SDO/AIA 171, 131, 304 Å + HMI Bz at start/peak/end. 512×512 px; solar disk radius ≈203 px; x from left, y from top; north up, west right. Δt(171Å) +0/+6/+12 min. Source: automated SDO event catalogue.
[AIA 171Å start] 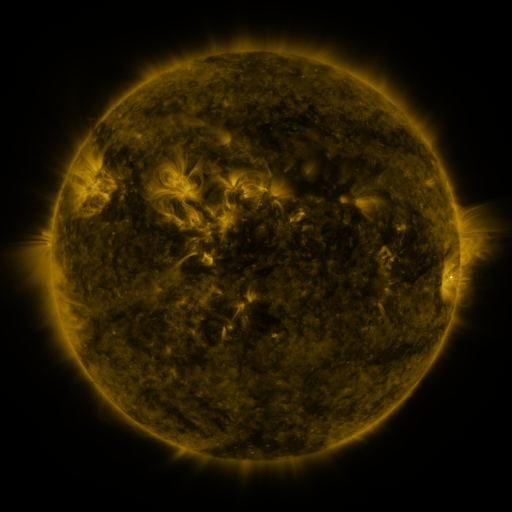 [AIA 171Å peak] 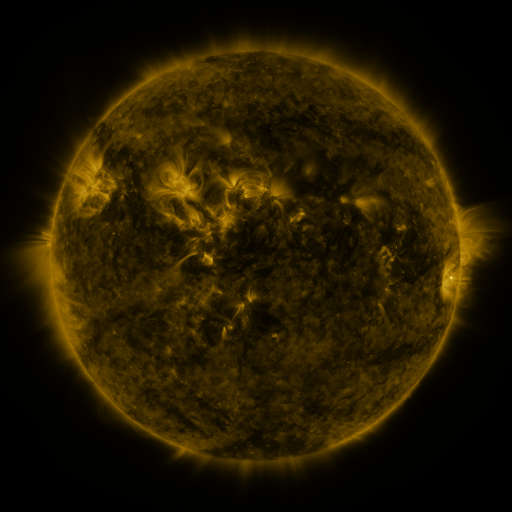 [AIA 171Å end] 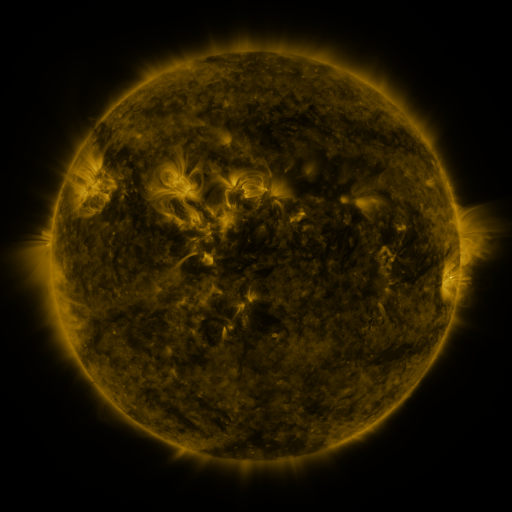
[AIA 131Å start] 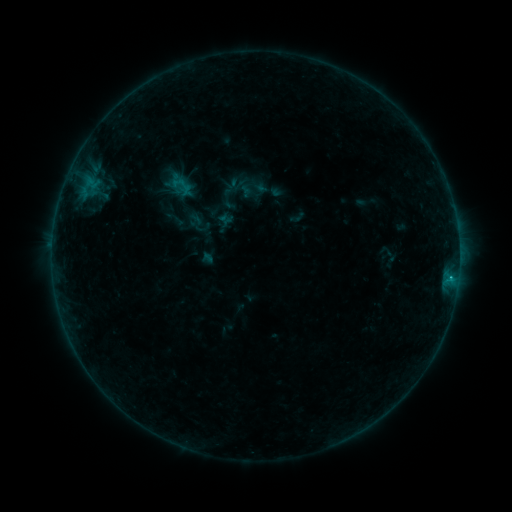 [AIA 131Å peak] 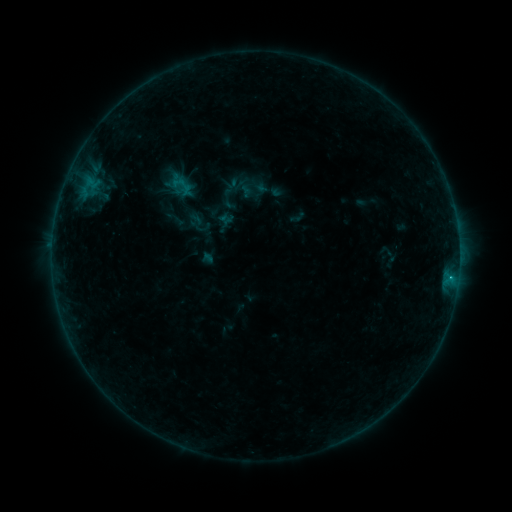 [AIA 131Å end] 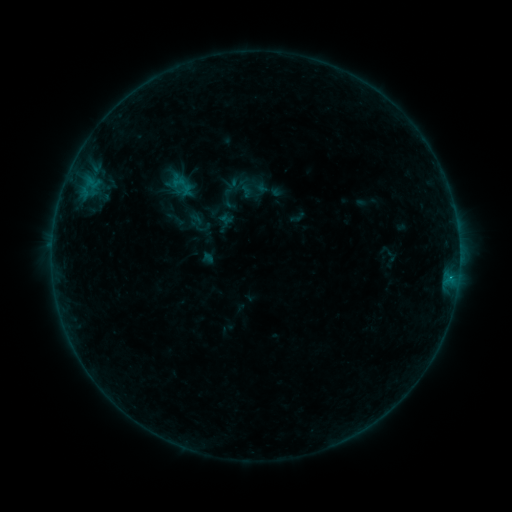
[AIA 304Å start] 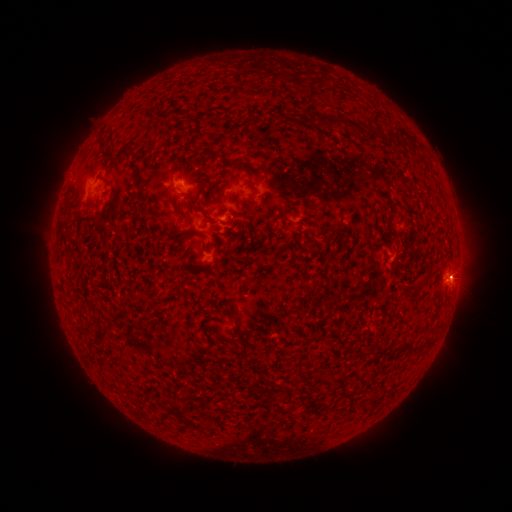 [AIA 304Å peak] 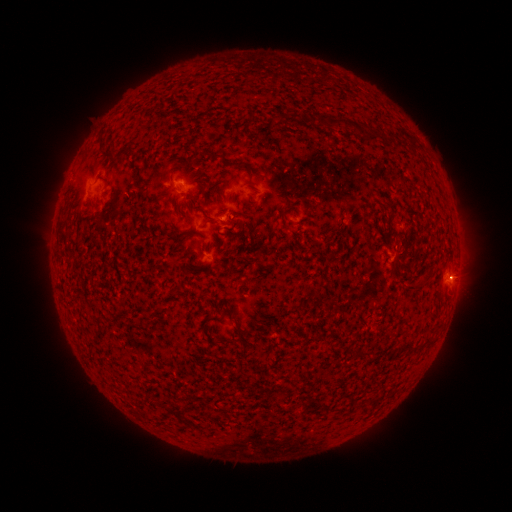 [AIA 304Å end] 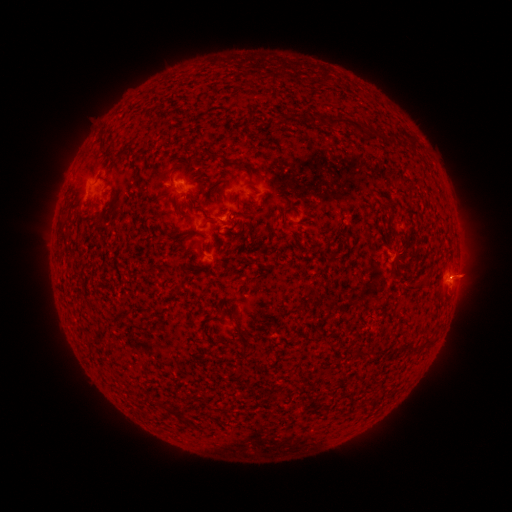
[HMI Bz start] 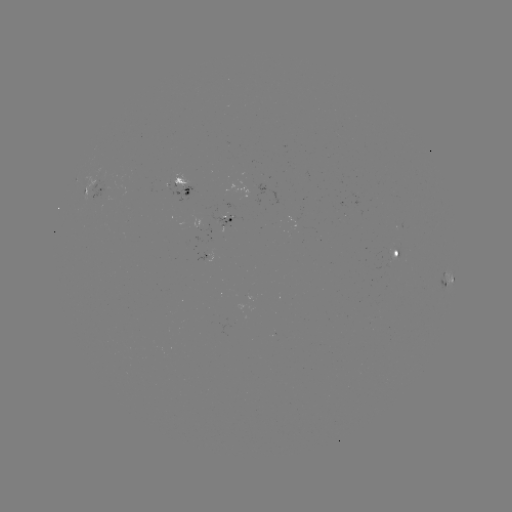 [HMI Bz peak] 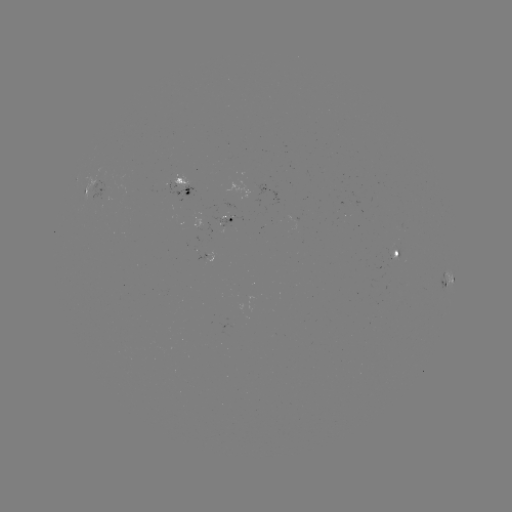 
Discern B4.7 flare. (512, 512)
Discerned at (449, 276).